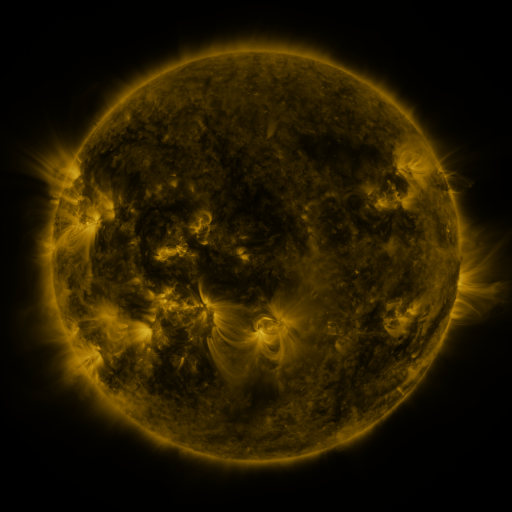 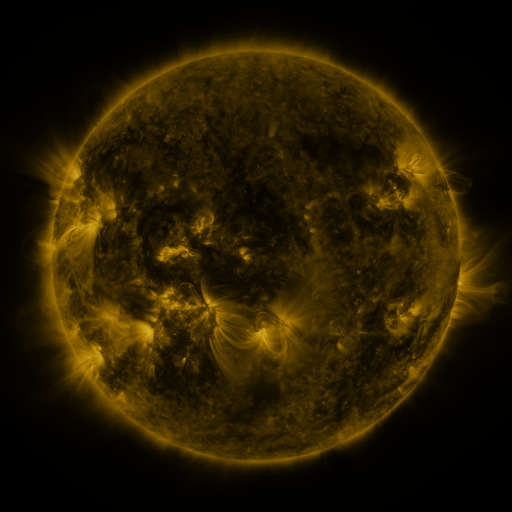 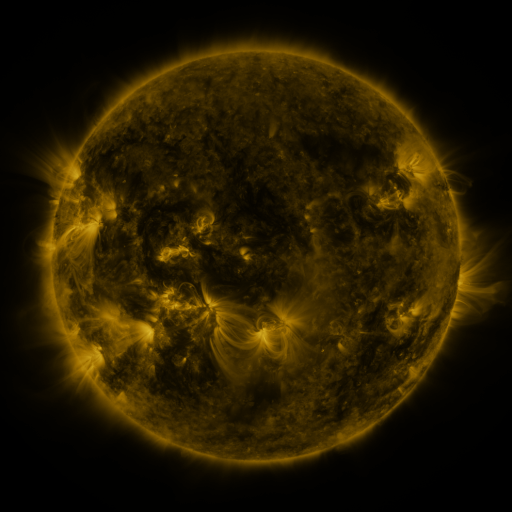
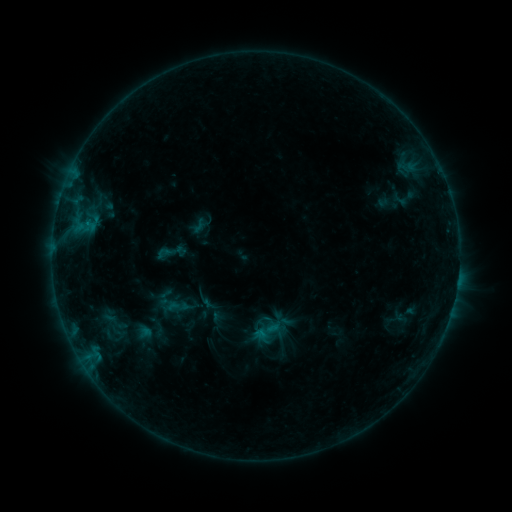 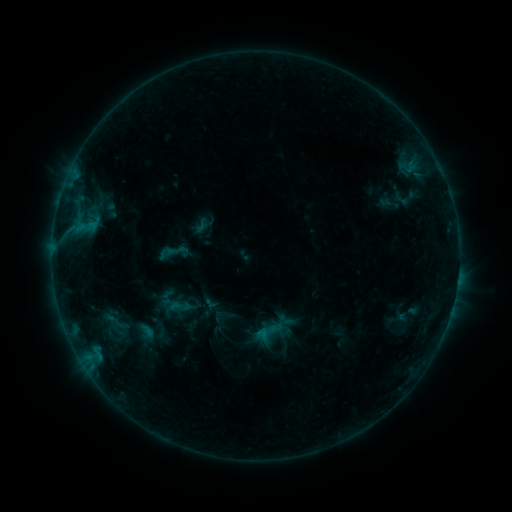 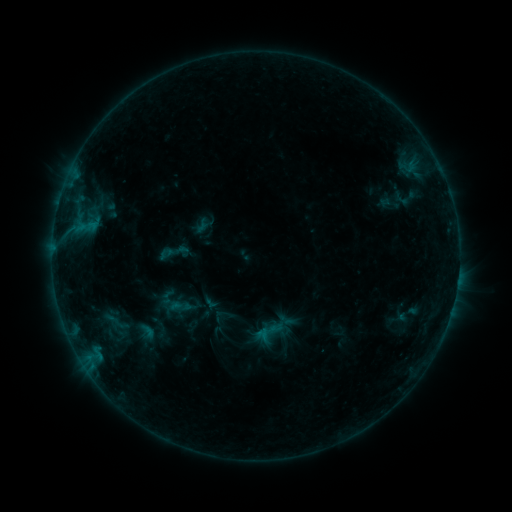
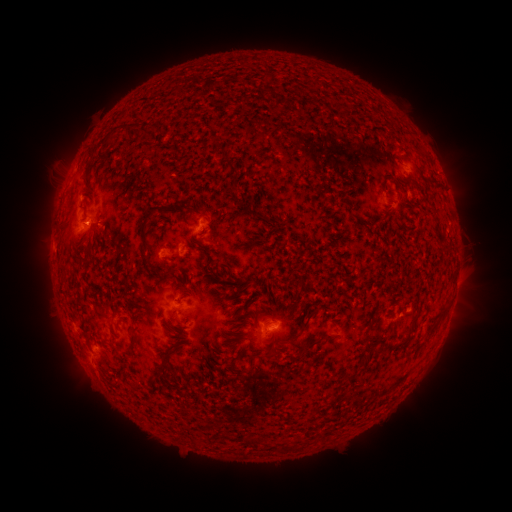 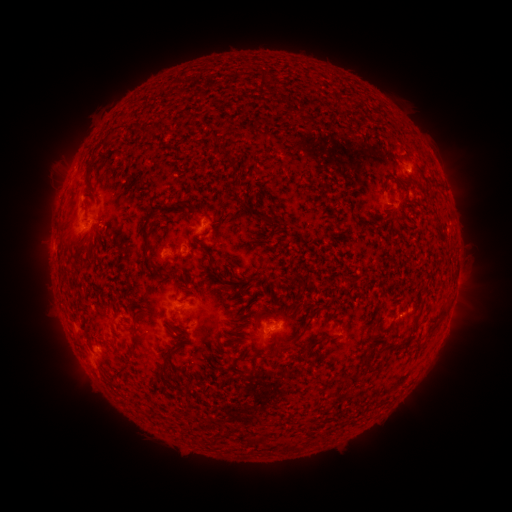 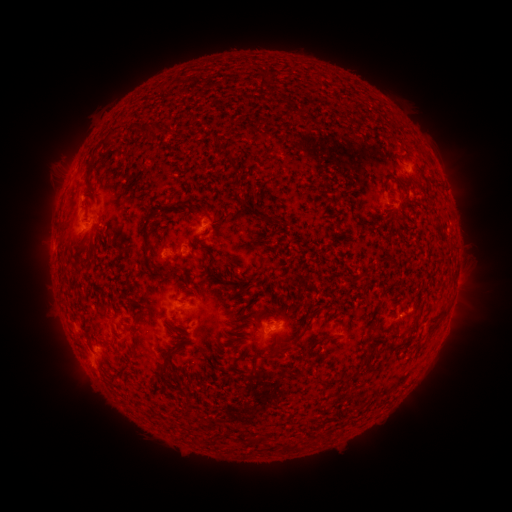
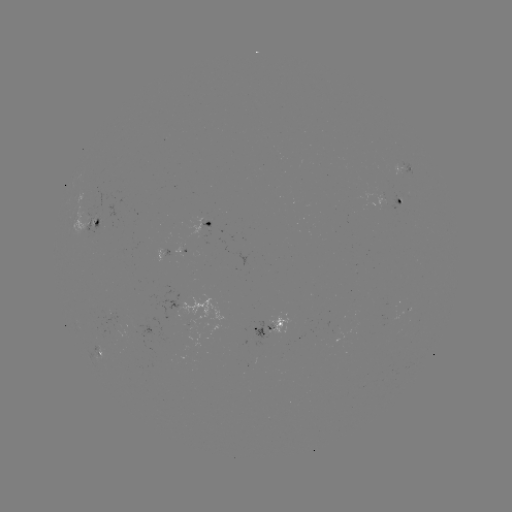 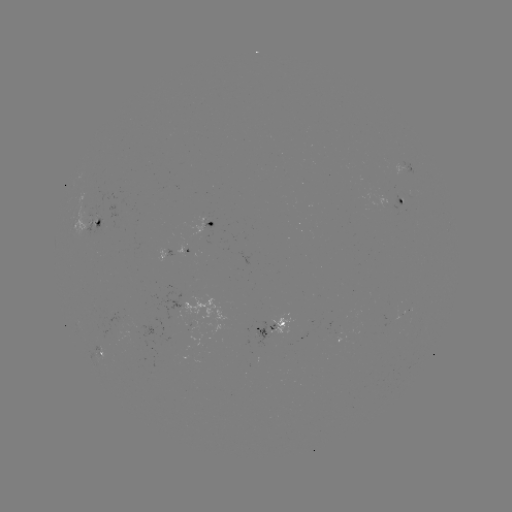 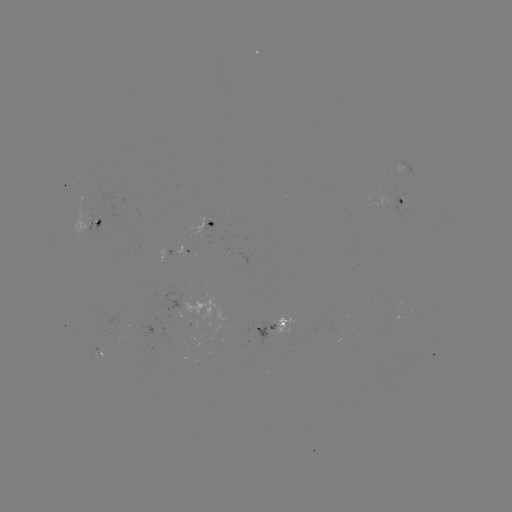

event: emerging-flux region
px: (89, 215)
